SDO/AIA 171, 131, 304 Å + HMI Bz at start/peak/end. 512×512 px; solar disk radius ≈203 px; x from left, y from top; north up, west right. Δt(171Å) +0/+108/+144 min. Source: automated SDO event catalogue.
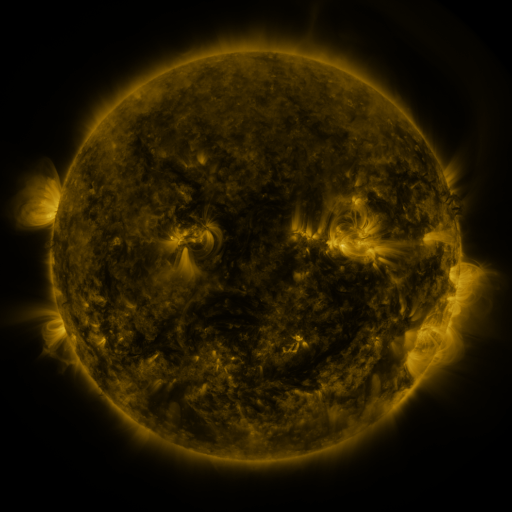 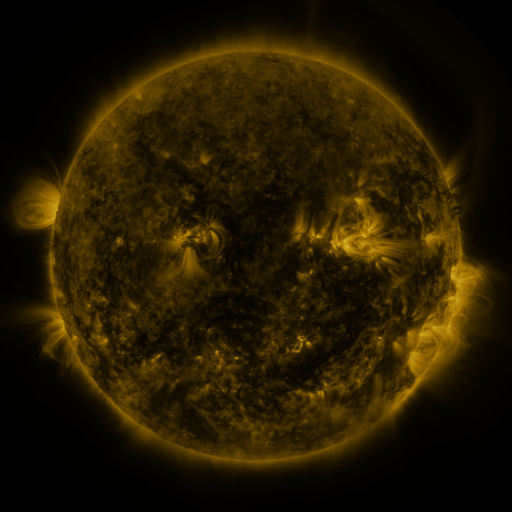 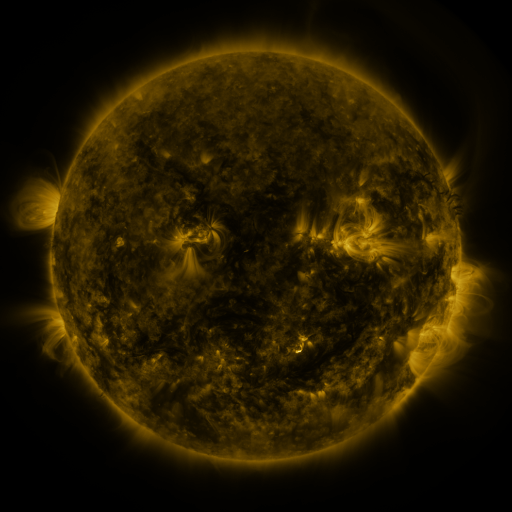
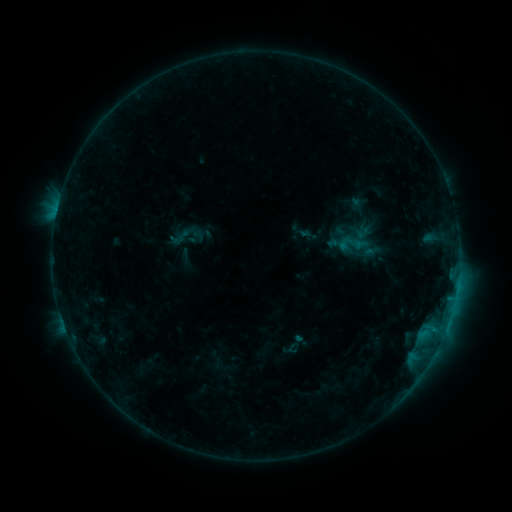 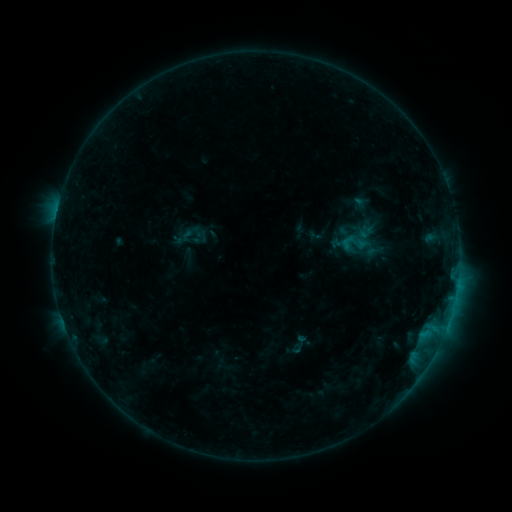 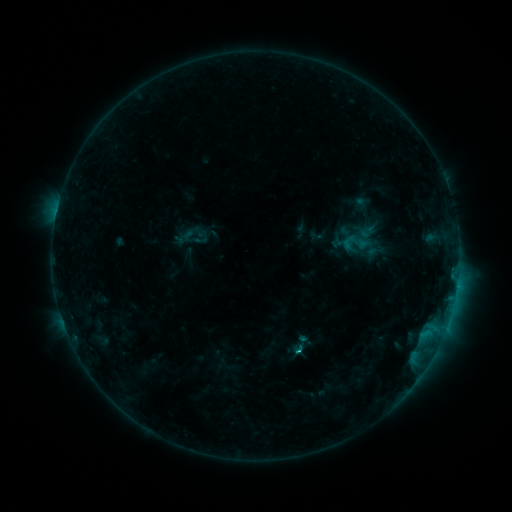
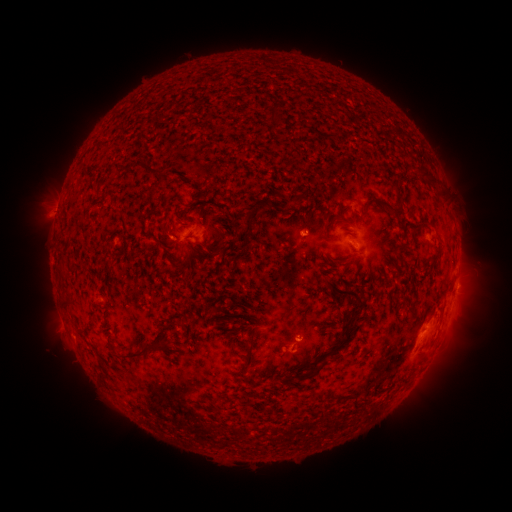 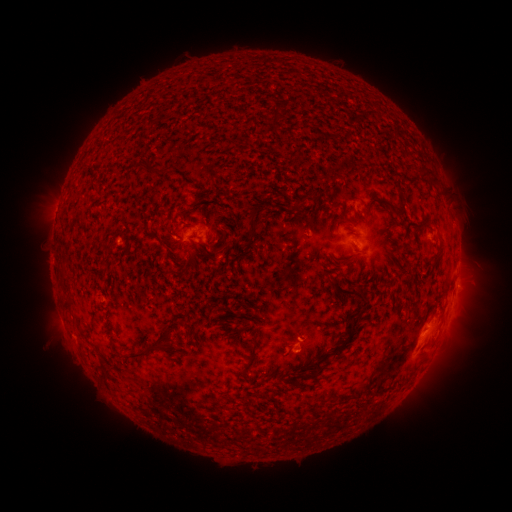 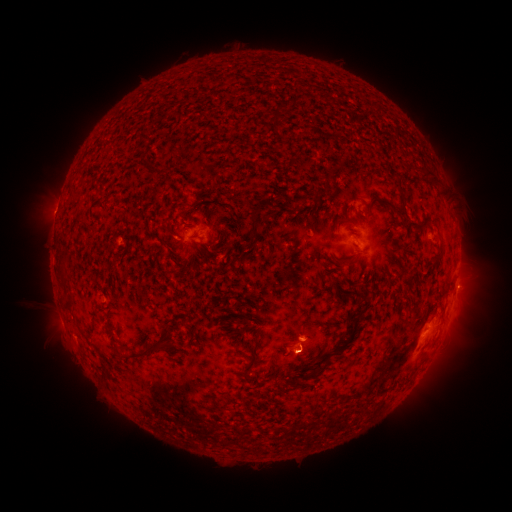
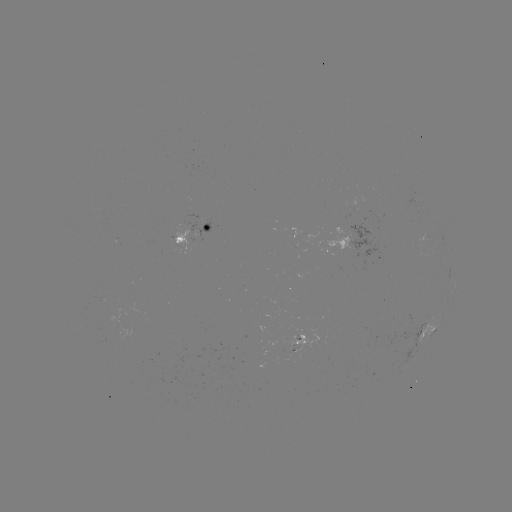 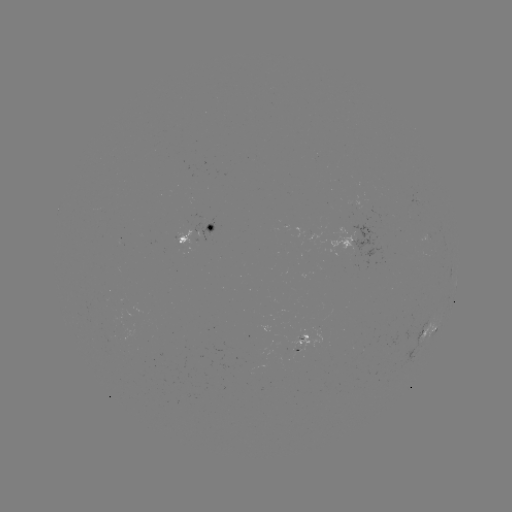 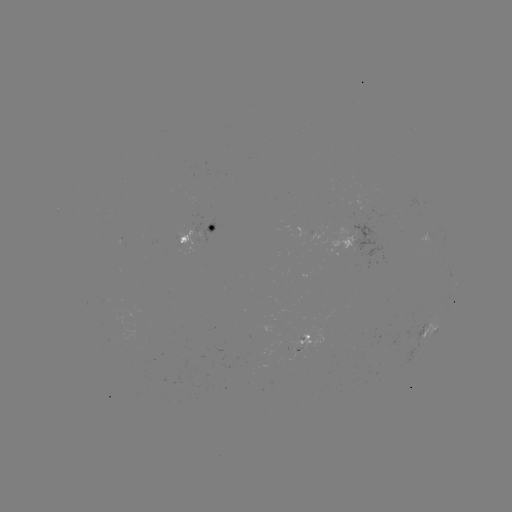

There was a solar emerging-flux region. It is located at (416, 200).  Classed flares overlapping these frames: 1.